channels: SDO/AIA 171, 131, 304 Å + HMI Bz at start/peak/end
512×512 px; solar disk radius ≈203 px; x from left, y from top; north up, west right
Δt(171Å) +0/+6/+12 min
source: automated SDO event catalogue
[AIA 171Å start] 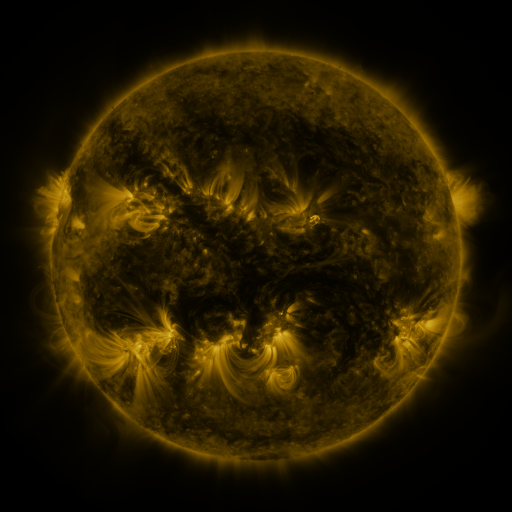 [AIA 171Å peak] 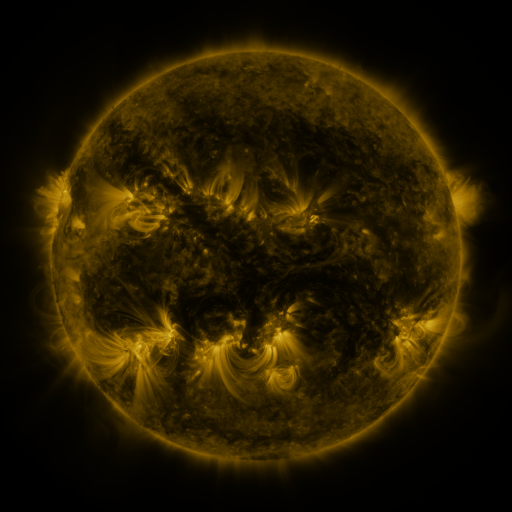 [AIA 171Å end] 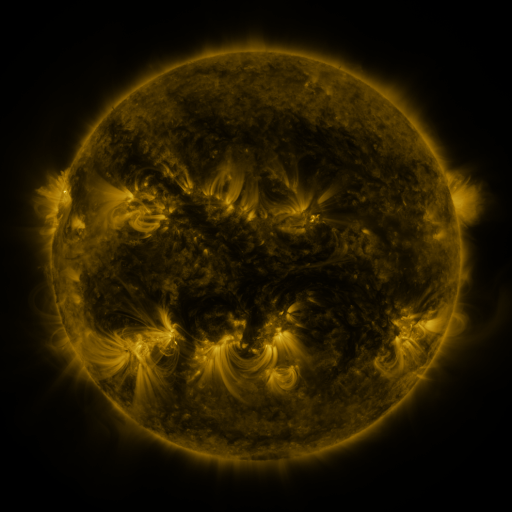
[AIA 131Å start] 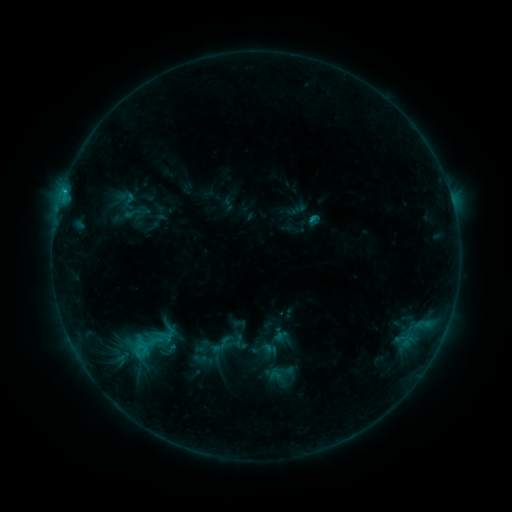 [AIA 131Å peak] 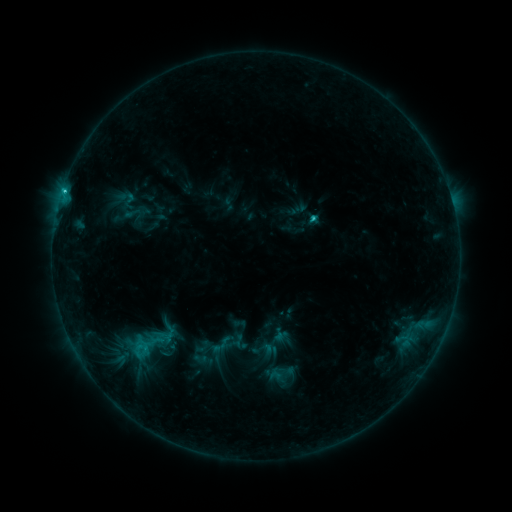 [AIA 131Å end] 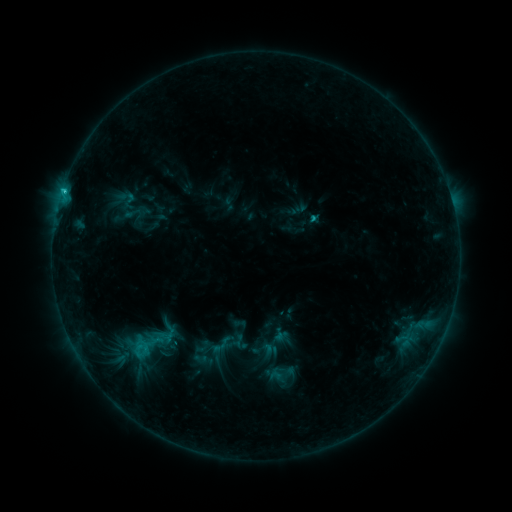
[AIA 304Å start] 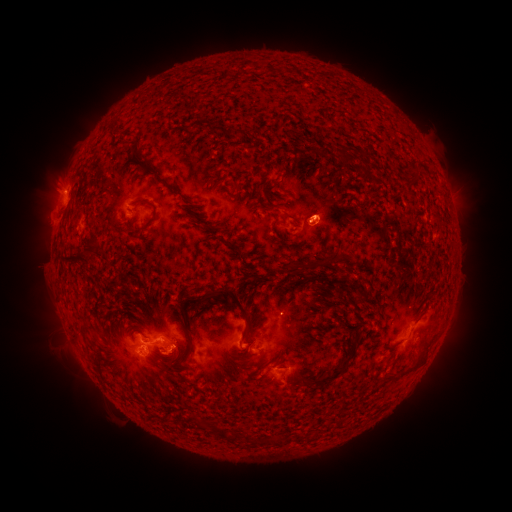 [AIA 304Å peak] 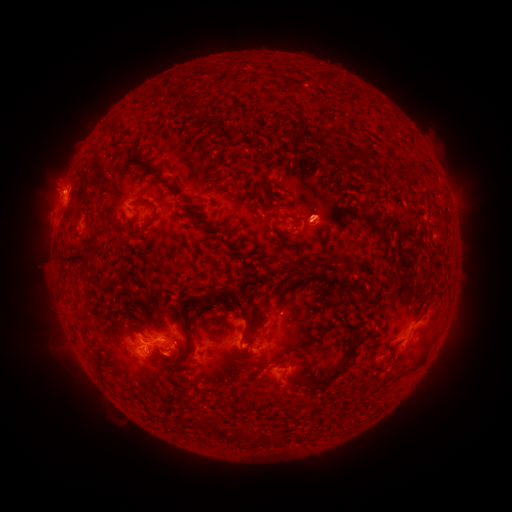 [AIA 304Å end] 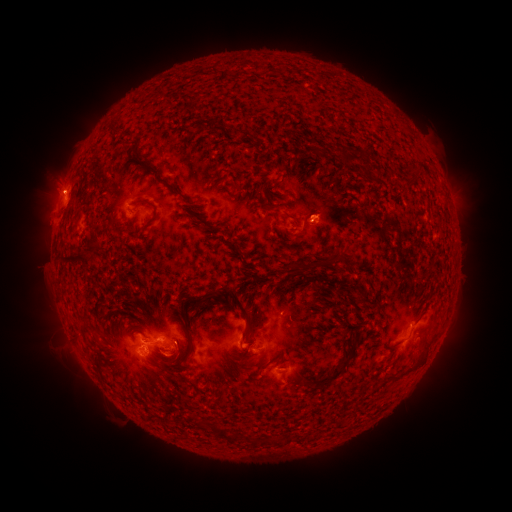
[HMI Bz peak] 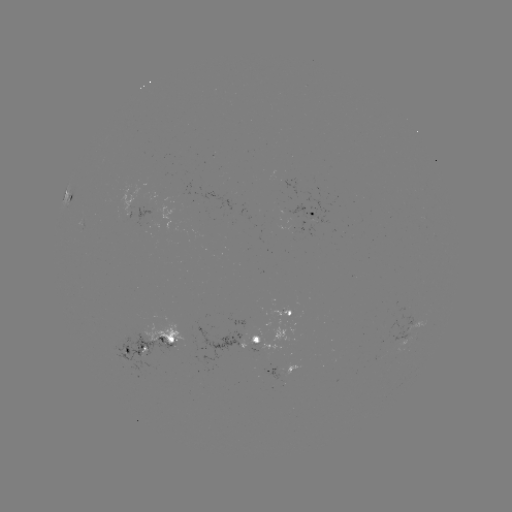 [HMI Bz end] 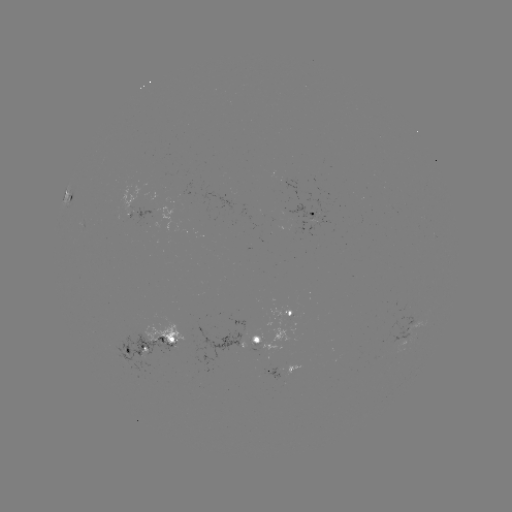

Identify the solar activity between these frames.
C1.5 flare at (310, 222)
